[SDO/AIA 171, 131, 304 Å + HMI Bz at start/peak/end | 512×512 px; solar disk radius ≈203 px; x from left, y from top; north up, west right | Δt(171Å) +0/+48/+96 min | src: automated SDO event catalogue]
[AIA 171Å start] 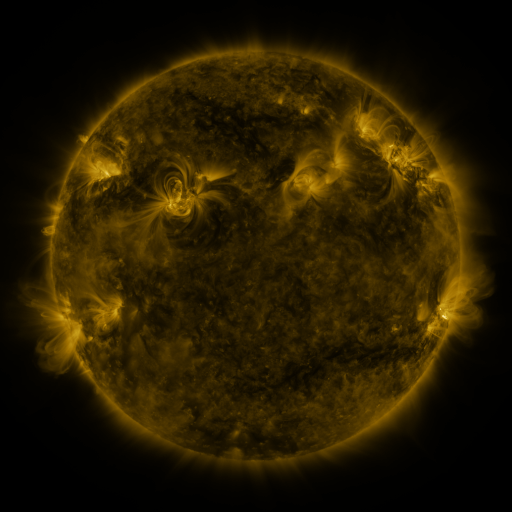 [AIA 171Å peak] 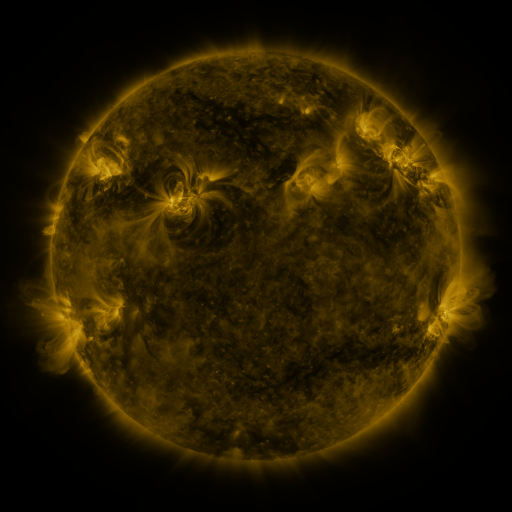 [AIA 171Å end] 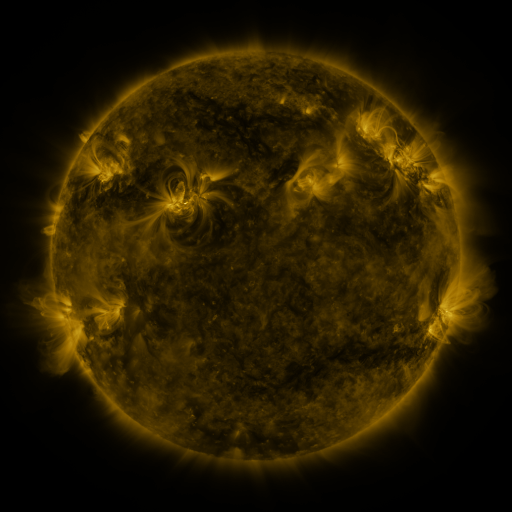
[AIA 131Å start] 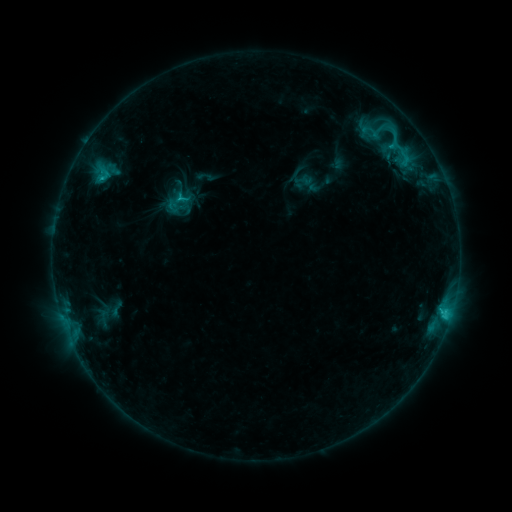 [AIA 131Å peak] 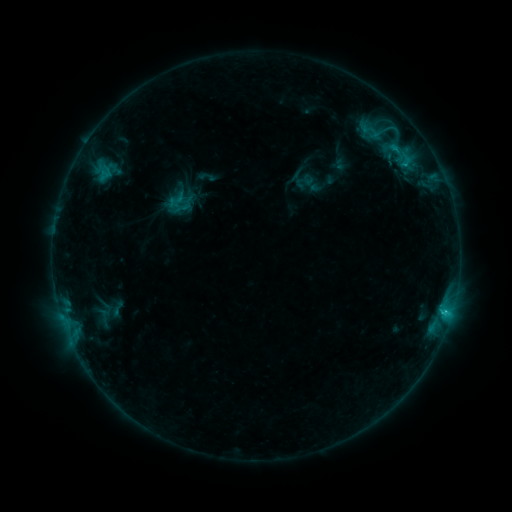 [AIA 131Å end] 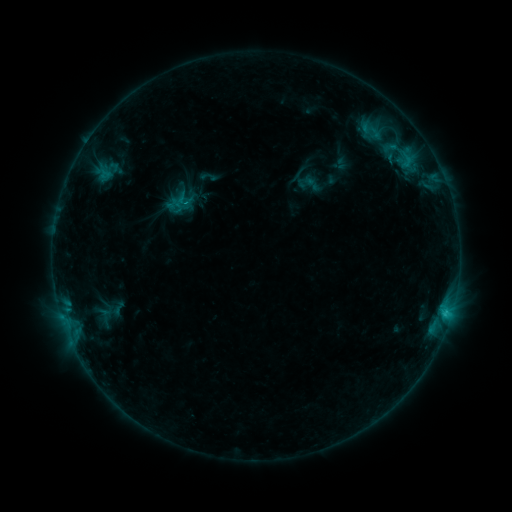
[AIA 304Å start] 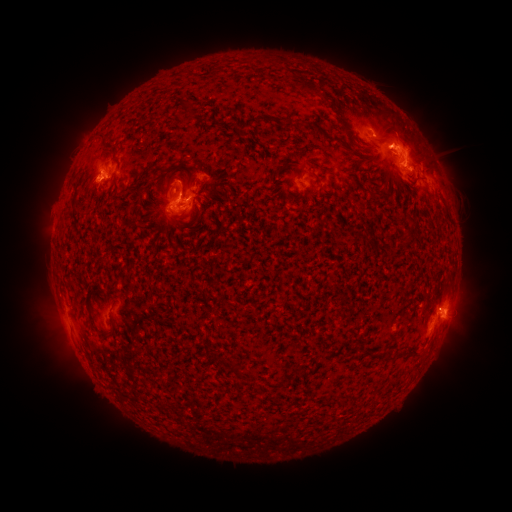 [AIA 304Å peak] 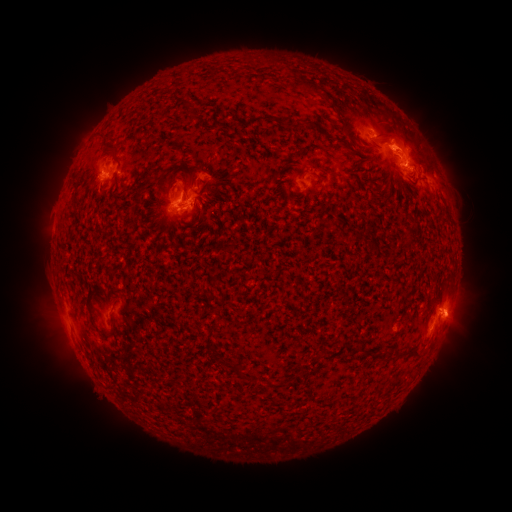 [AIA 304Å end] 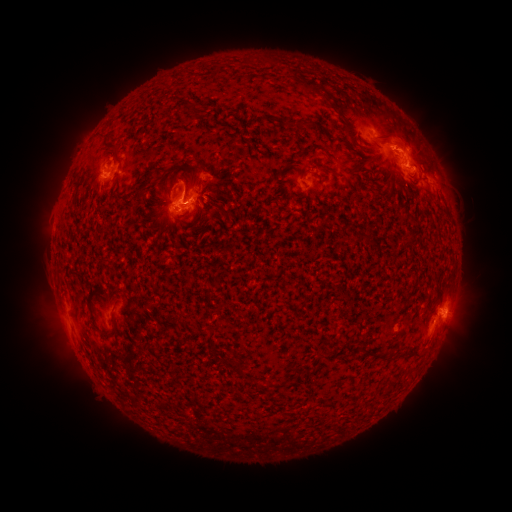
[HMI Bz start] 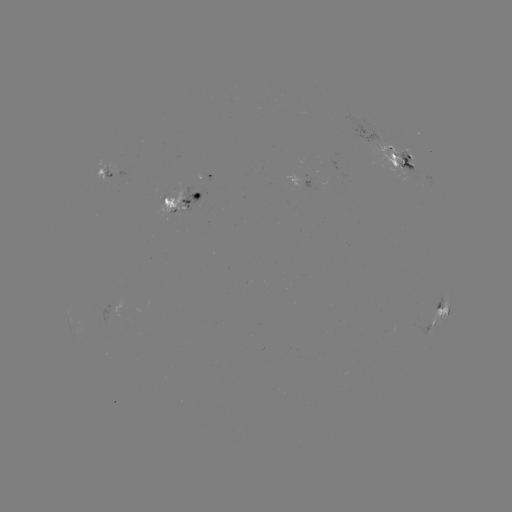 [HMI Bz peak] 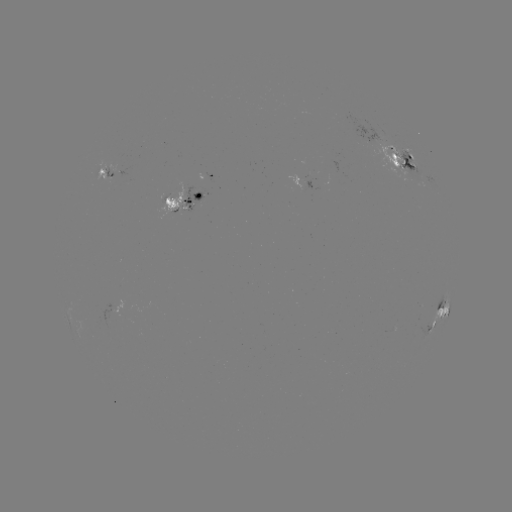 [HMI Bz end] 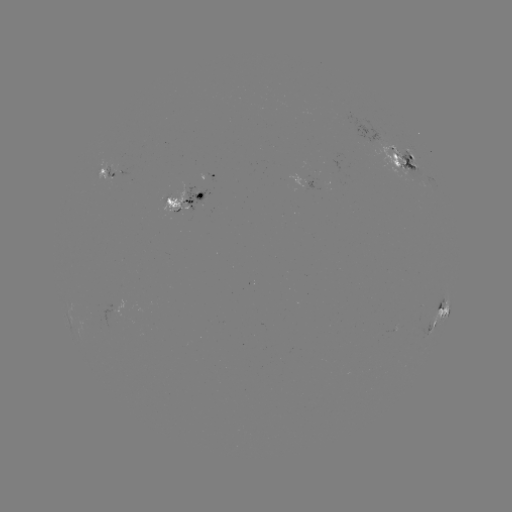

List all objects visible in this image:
emerging-flux region: (164, 202)
